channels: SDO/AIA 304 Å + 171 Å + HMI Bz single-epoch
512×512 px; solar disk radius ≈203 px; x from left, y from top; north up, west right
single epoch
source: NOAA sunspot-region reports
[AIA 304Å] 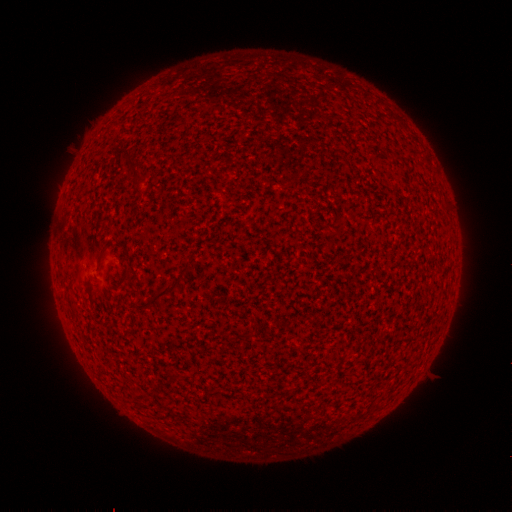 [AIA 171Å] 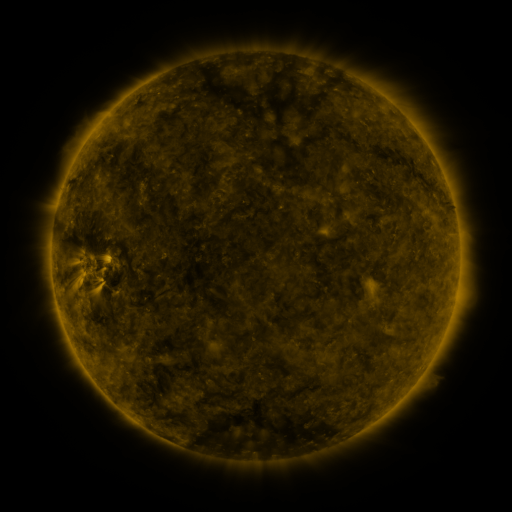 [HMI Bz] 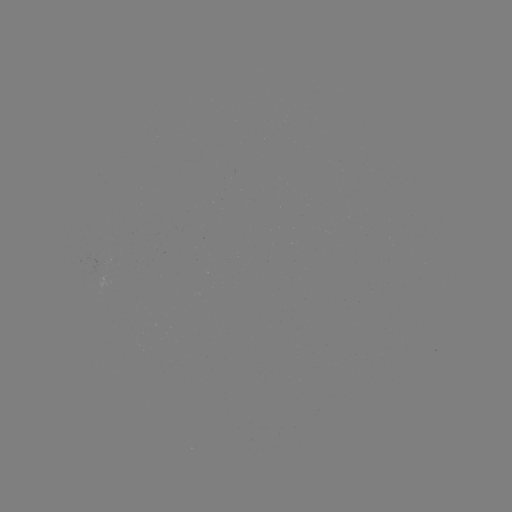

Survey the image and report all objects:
(none)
